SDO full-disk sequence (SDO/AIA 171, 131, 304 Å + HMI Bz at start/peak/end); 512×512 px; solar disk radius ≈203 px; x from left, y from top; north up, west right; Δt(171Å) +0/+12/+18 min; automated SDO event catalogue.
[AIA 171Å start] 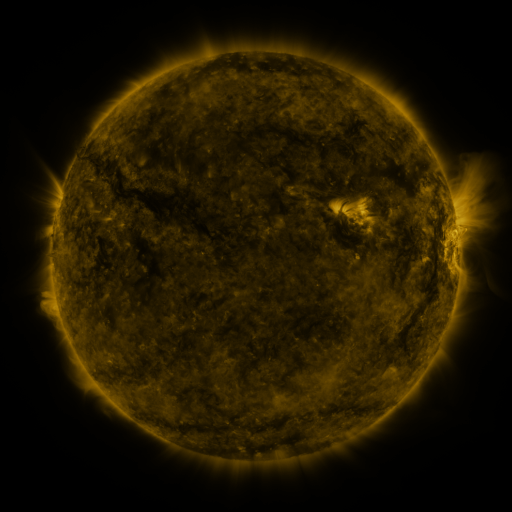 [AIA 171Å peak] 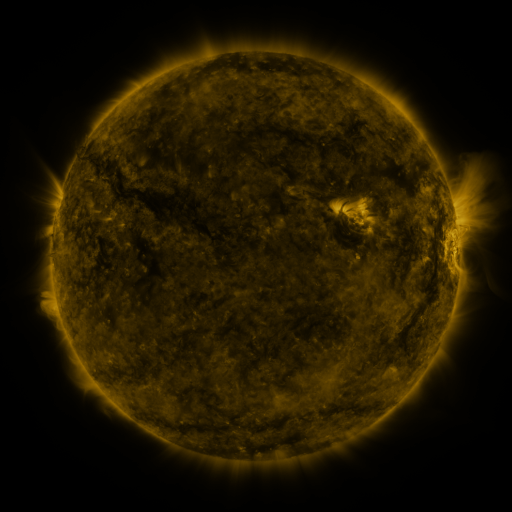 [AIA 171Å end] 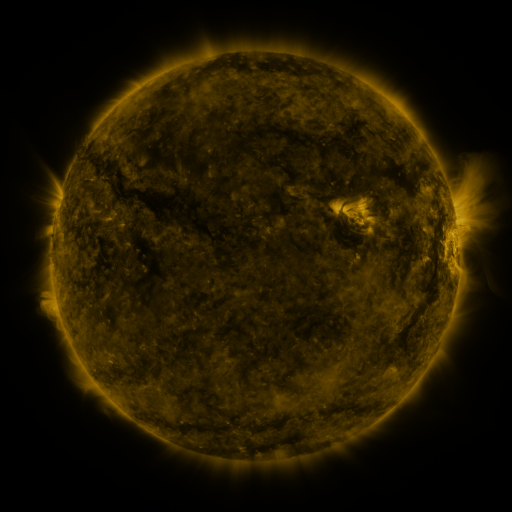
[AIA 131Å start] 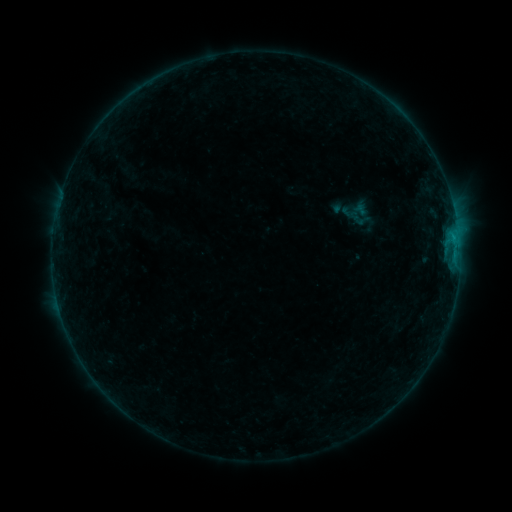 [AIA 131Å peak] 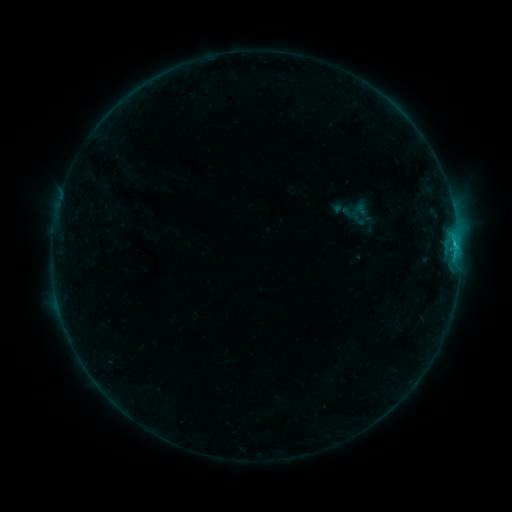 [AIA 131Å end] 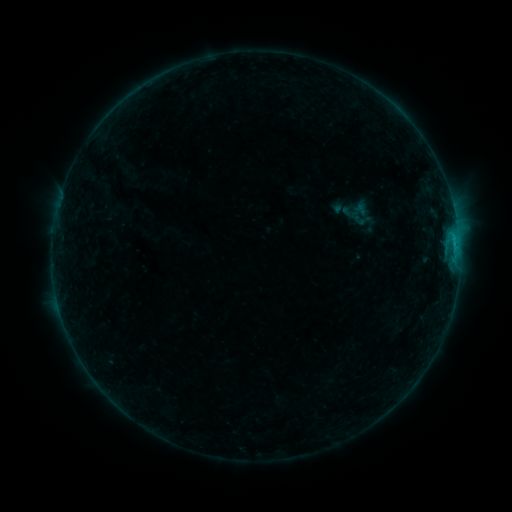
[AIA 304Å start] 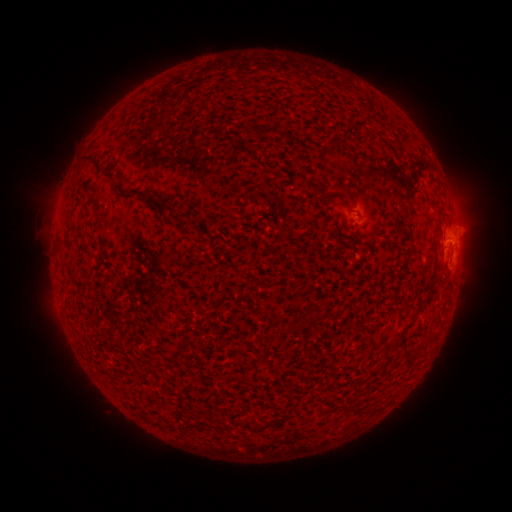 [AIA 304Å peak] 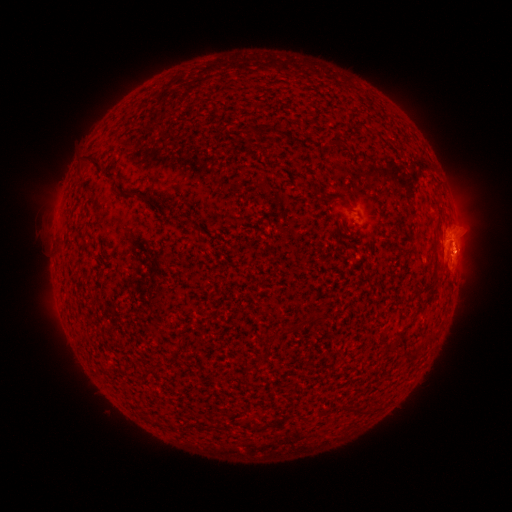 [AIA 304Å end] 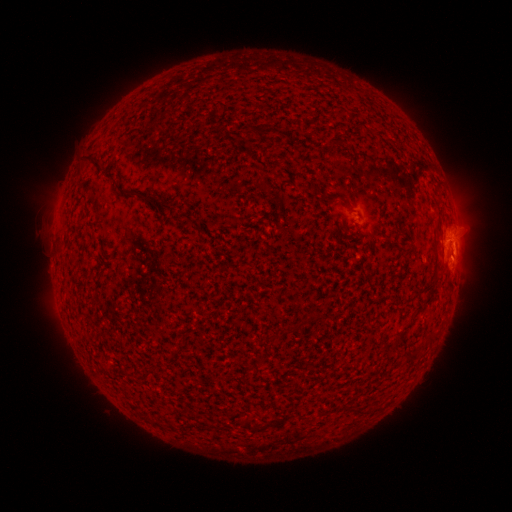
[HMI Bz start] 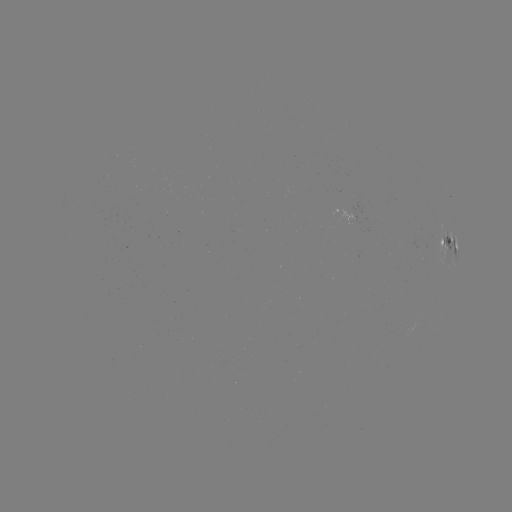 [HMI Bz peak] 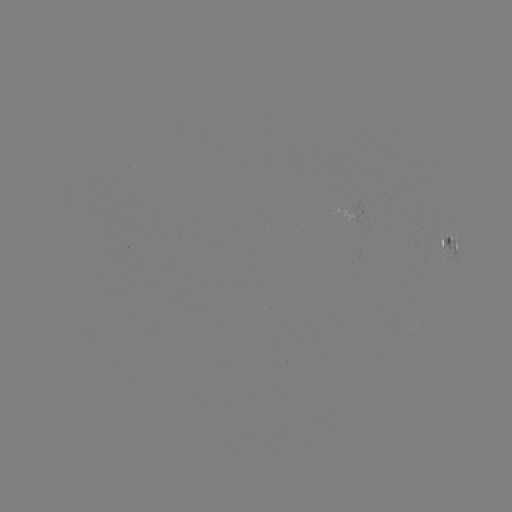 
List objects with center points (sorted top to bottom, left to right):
C1.1 flare: (452, 246)
